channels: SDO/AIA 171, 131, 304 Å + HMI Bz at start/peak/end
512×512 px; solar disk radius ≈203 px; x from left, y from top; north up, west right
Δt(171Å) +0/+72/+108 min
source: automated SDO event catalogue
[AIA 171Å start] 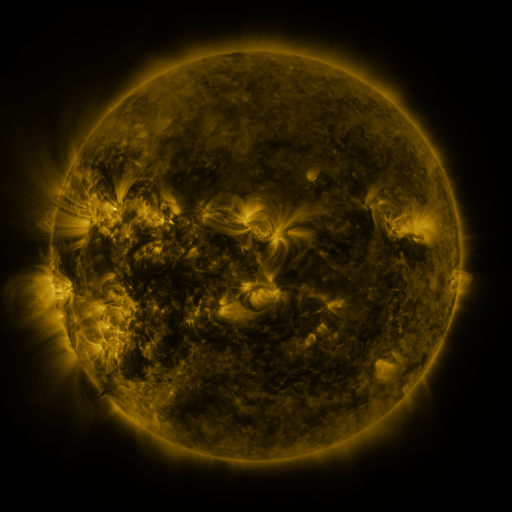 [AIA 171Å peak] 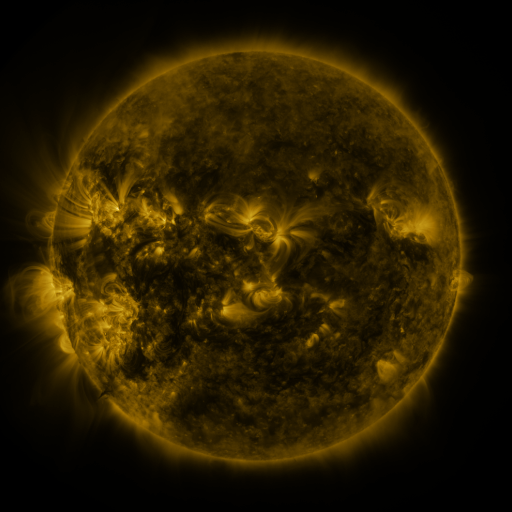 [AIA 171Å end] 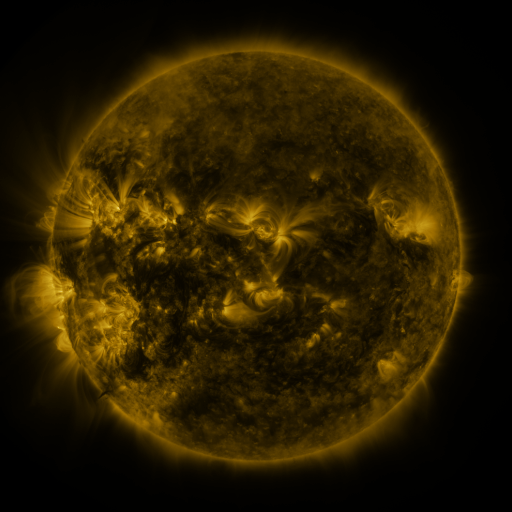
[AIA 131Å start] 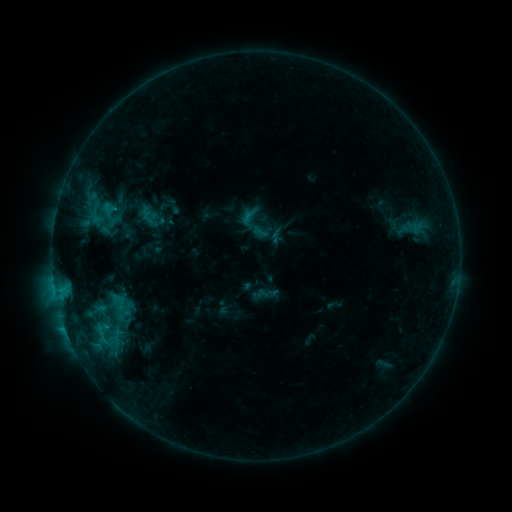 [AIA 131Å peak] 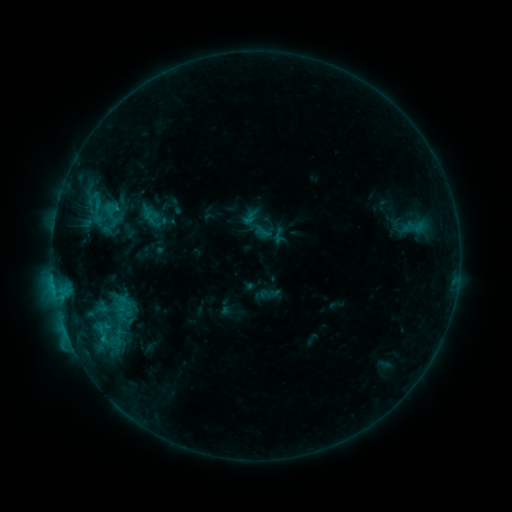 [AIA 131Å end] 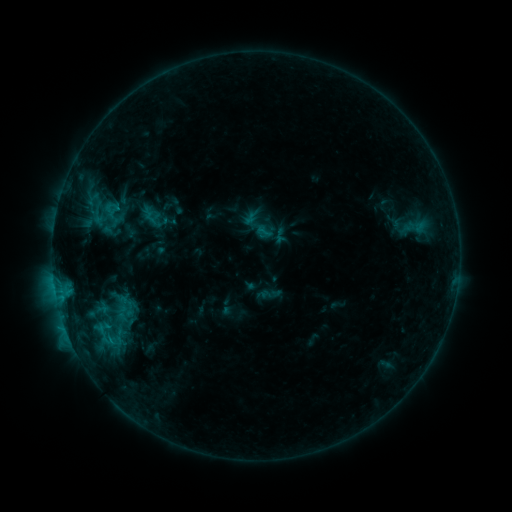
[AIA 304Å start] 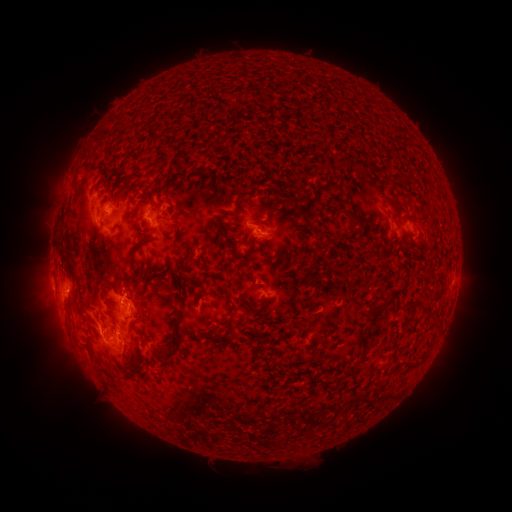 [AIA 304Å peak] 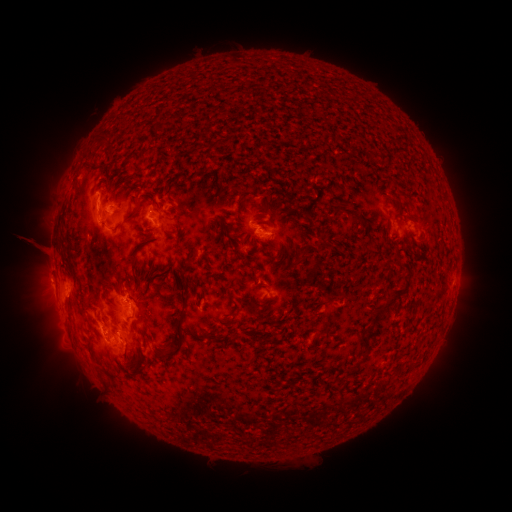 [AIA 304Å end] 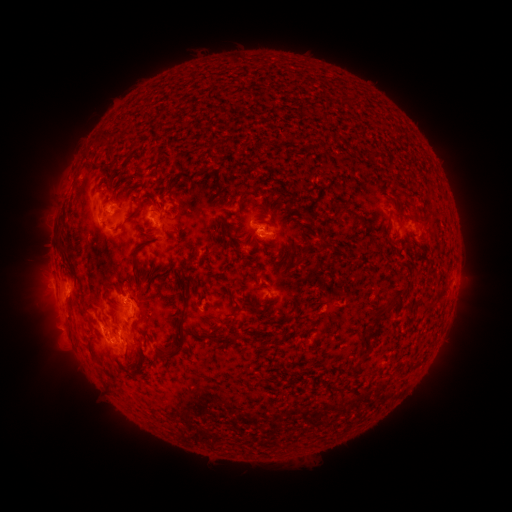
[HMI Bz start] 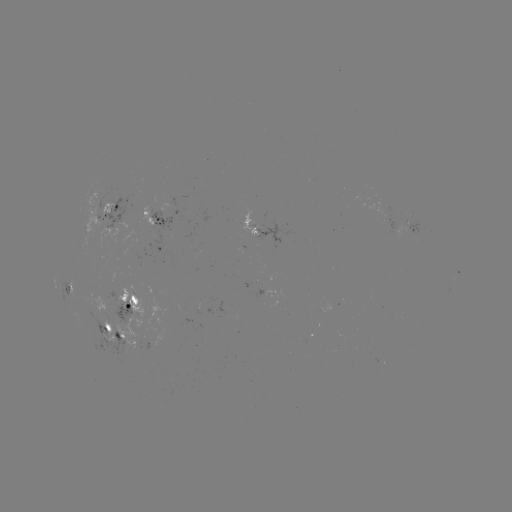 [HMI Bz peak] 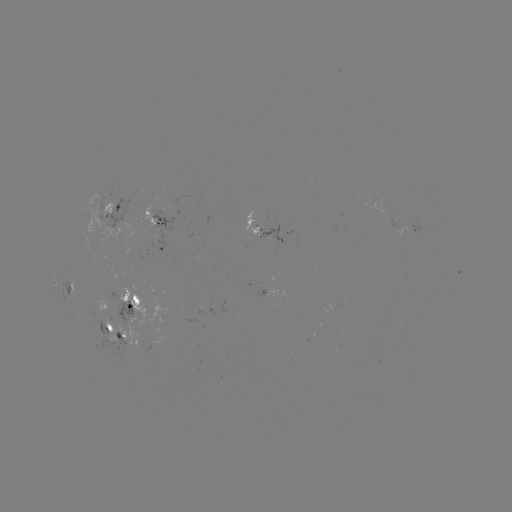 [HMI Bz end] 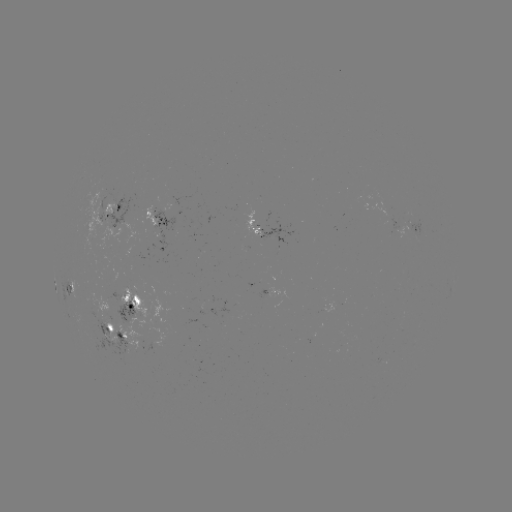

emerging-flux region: (255, 288, 267, 297)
